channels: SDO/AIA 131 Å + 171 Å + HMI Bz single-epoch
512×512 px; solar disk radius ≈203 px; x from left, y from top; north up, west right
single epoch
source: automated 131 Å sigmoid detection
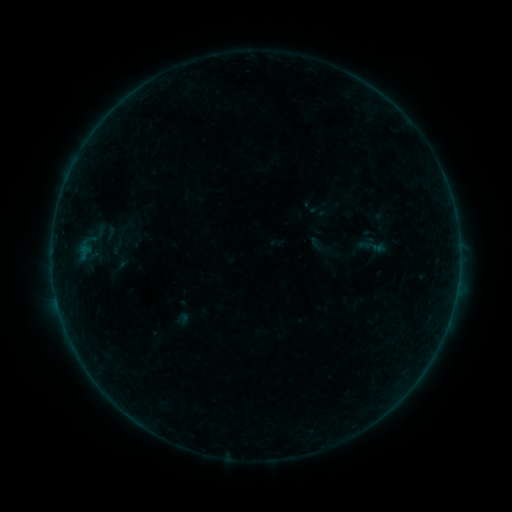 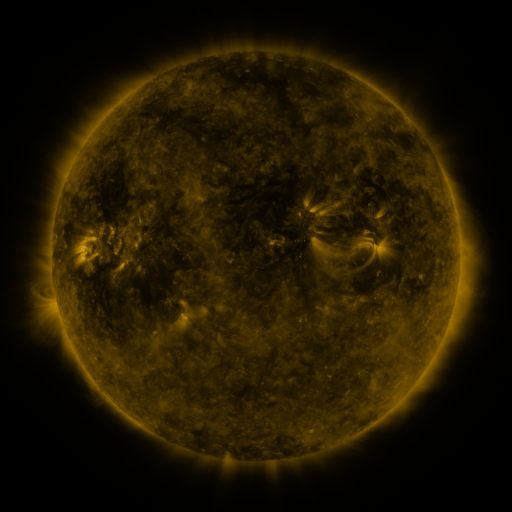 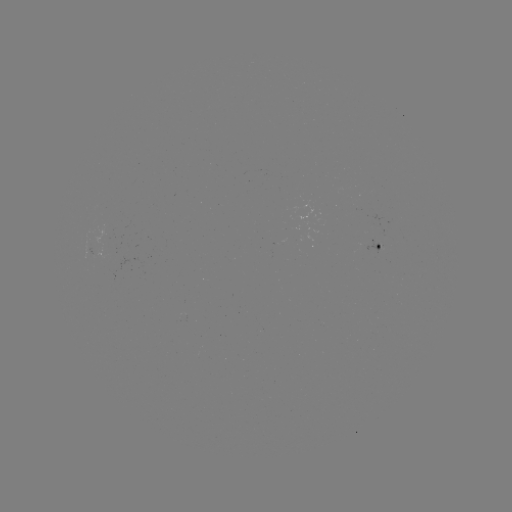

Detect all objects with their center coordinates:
sigmoid: (110, 234)
